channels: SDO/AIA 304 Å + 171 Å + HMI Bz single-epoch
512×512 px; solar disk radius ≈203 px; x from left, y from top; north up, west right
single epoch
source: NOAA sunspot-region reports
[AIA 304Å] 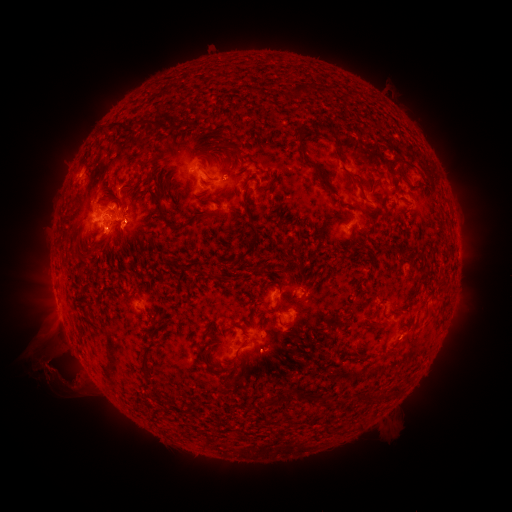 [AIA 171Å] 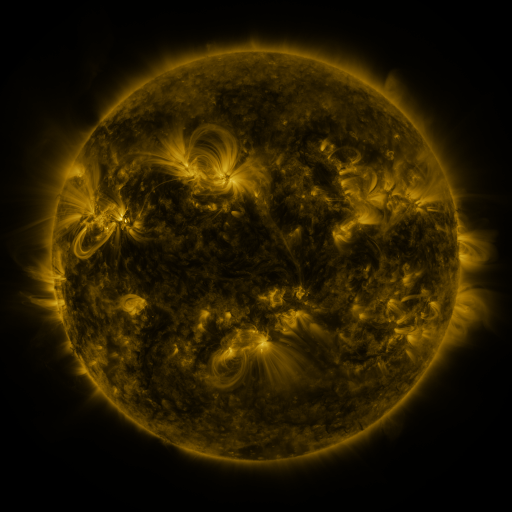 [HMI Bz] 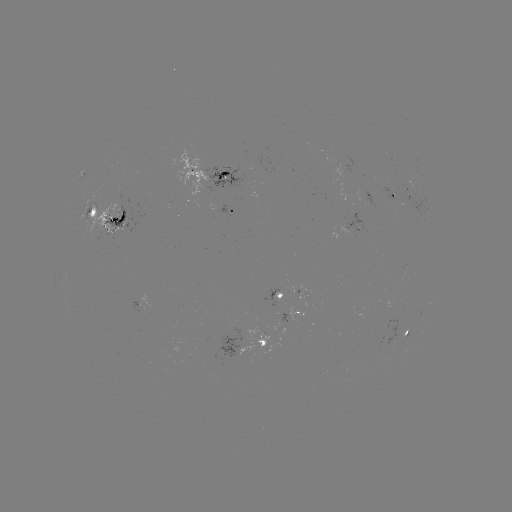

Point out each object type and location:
spotted active region: (219, 172)
spotted active region: (392, 193)
spotted active region: (235, 202)
spotted active region: (108, 217)
spotted active region: (280, 294)
spotted active region: (292, 315)
spotted active region: (410, 331)
spotted active region: (252, 341)
